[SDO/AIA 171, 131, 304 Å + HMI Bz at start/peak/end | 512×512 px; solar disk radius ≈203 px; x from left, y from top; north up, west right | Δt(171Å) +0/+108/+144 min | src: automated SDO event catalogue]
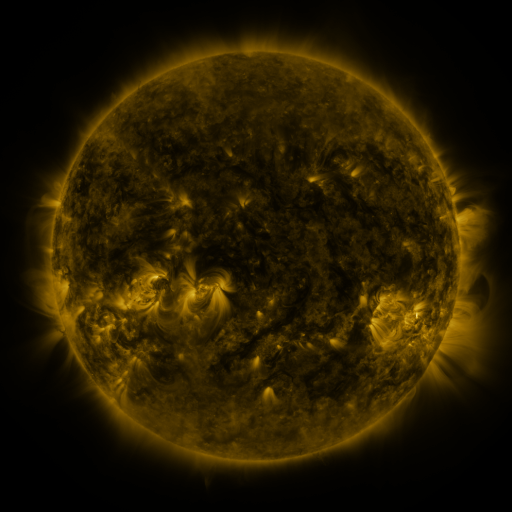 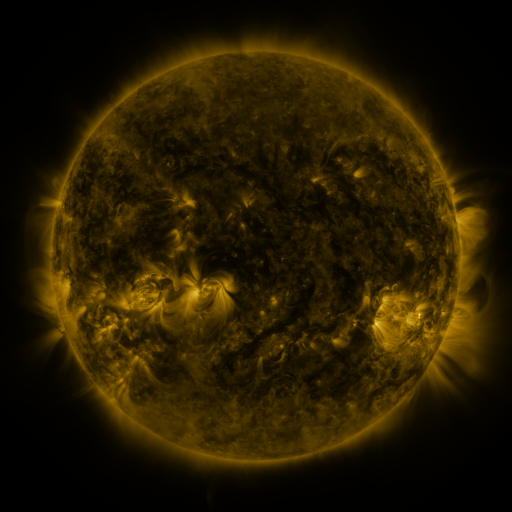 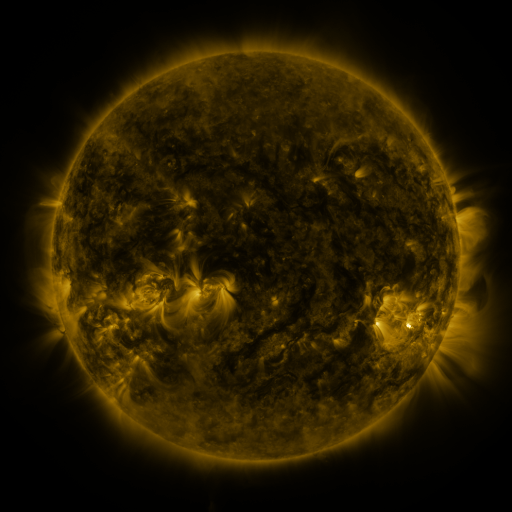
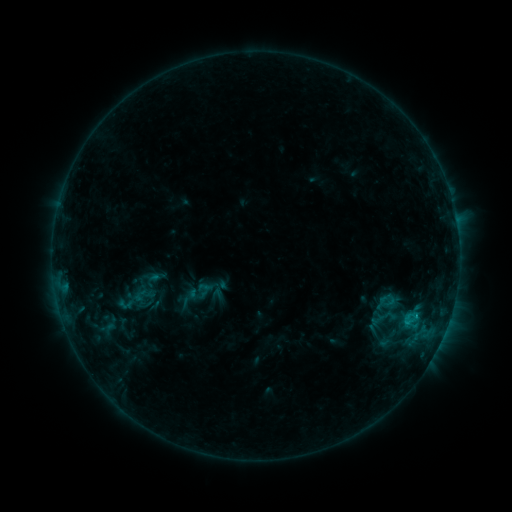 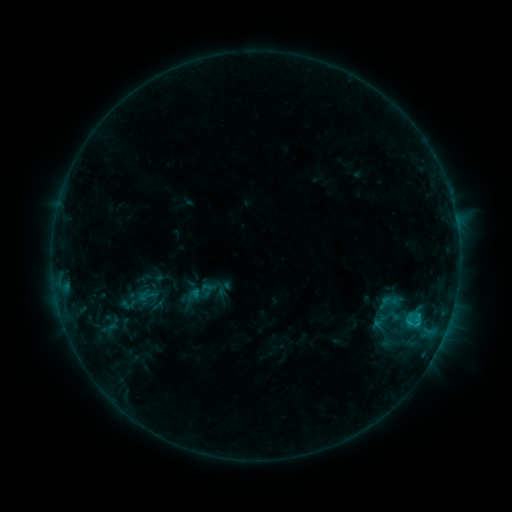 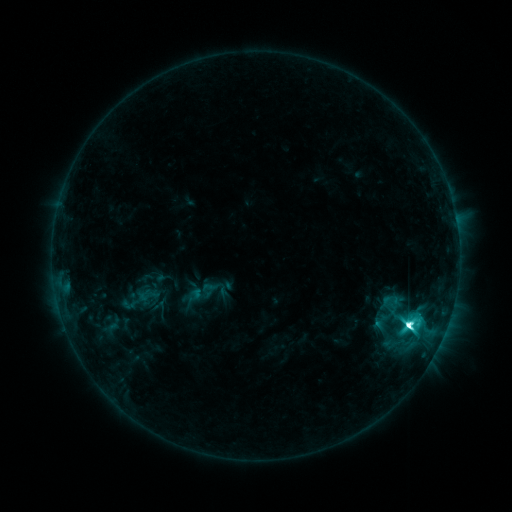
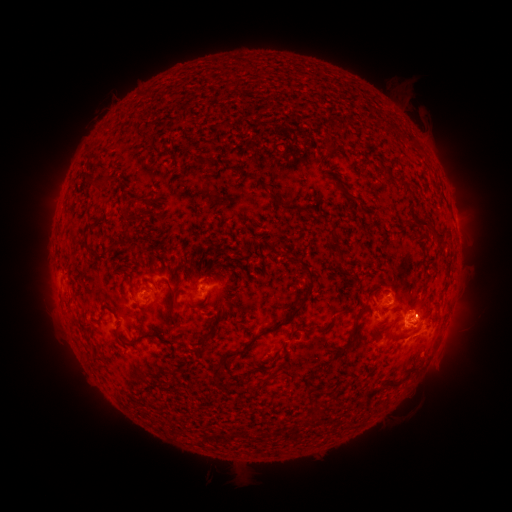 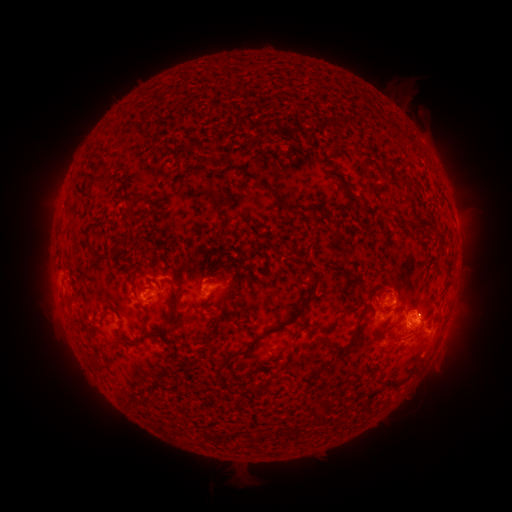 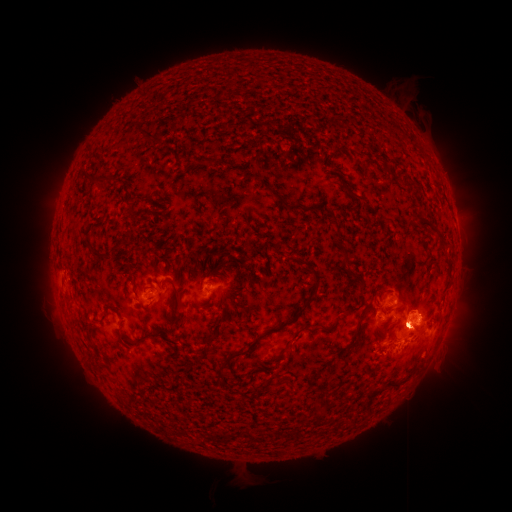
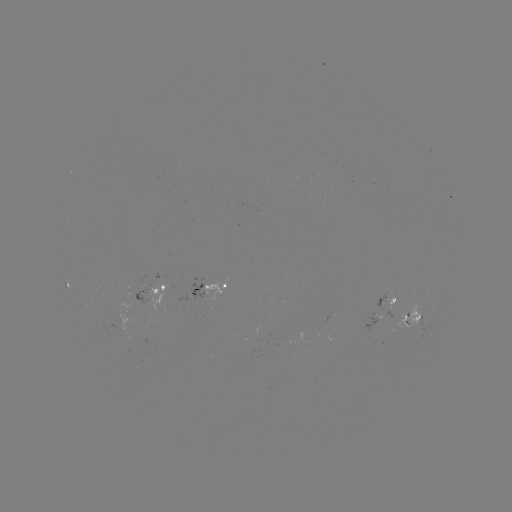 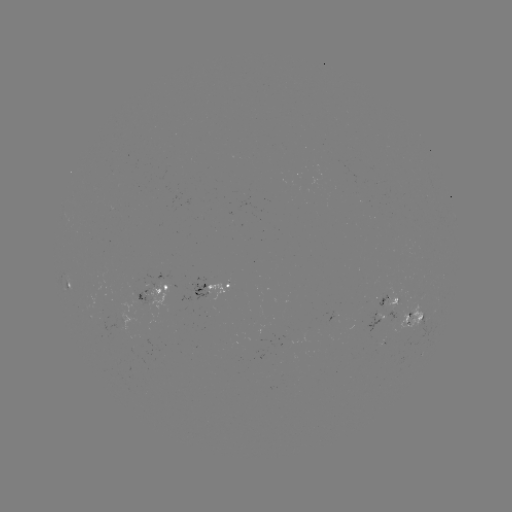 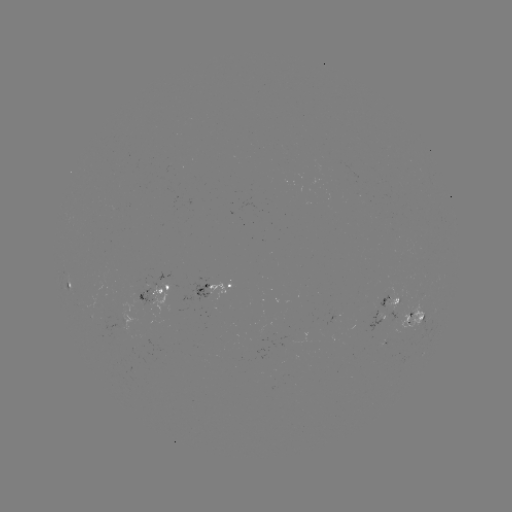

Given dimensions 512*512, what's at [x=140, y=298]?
emerging-flux region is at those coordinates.